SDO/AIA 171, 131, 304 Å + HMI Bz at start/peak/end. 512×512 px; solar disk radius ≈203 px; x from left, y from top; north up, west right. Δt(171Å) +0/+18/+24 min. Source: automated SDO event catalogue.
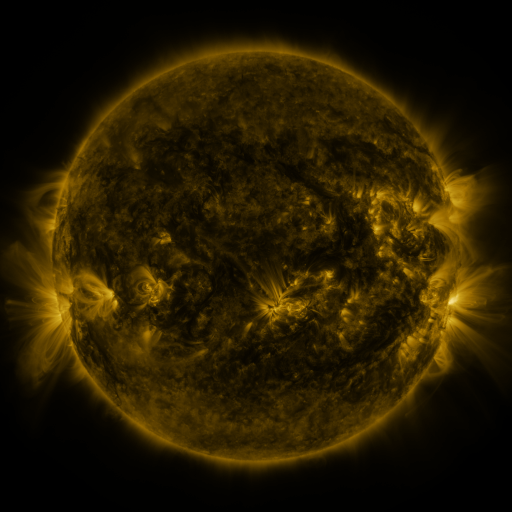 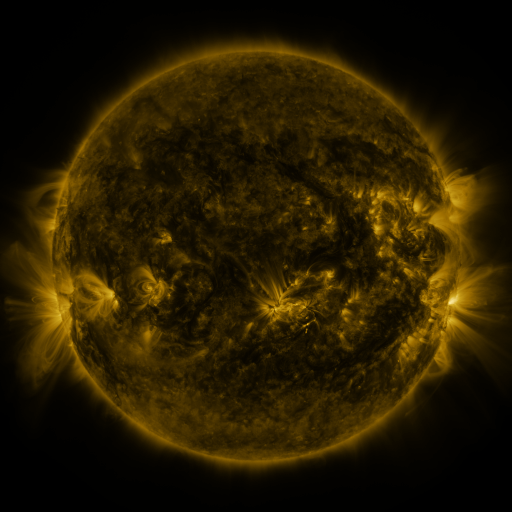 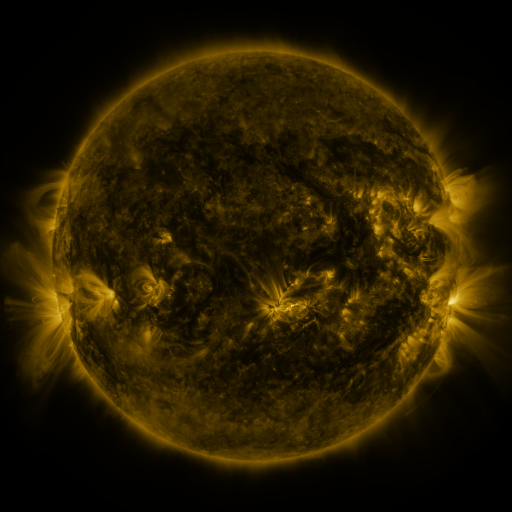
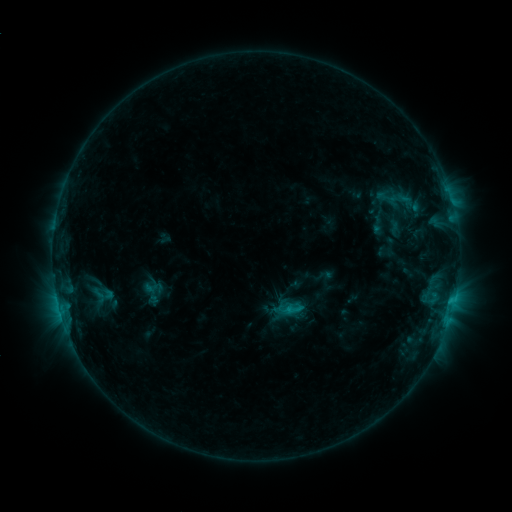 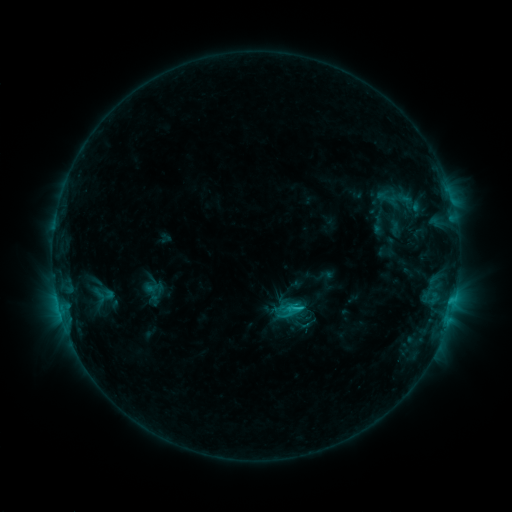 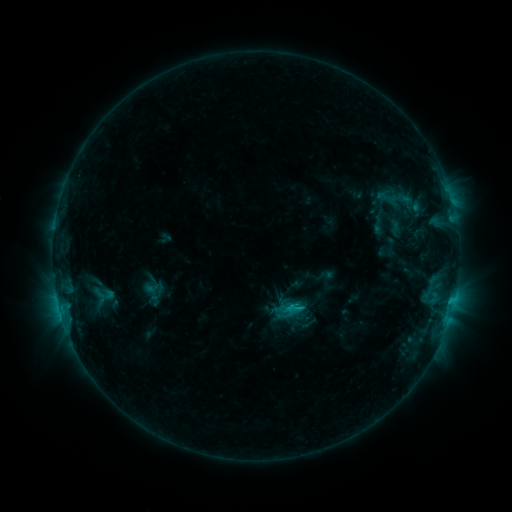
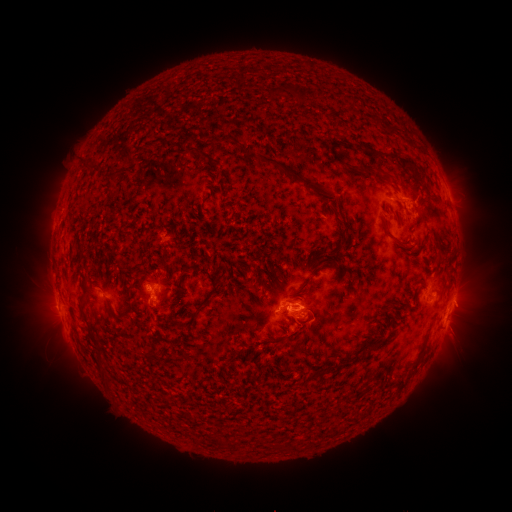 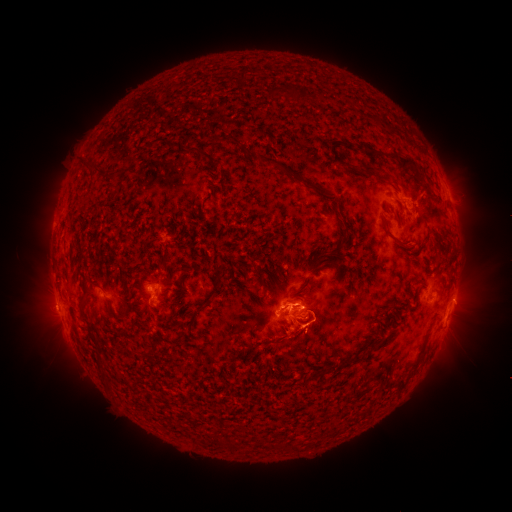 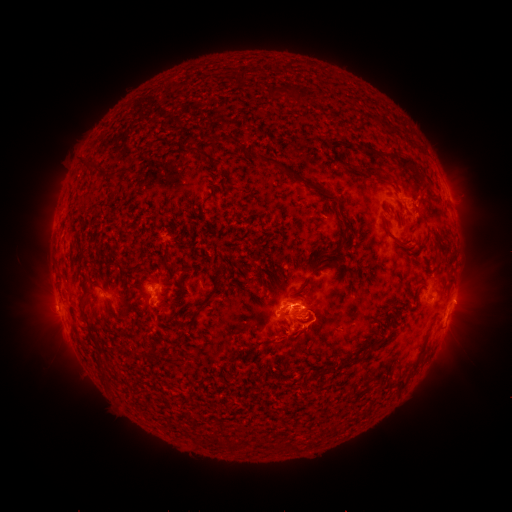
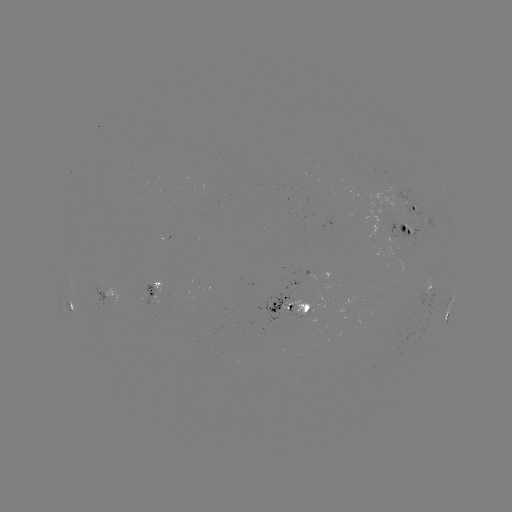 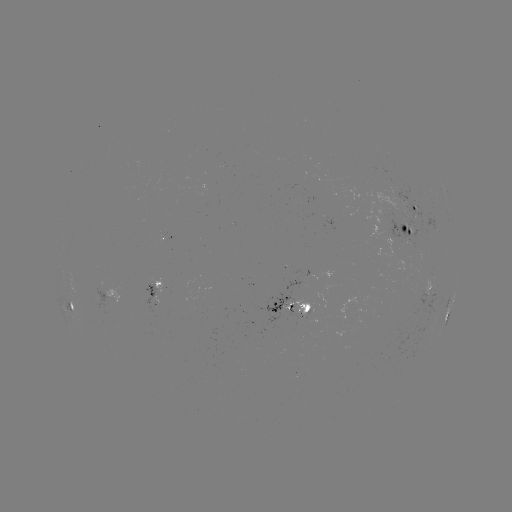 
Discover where C1.8 flare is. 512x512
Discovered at (300, 307).